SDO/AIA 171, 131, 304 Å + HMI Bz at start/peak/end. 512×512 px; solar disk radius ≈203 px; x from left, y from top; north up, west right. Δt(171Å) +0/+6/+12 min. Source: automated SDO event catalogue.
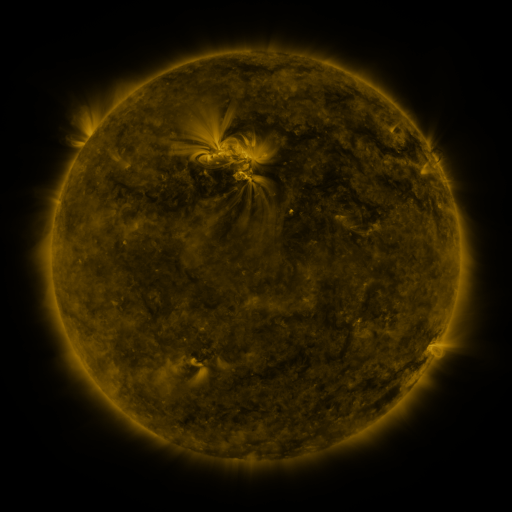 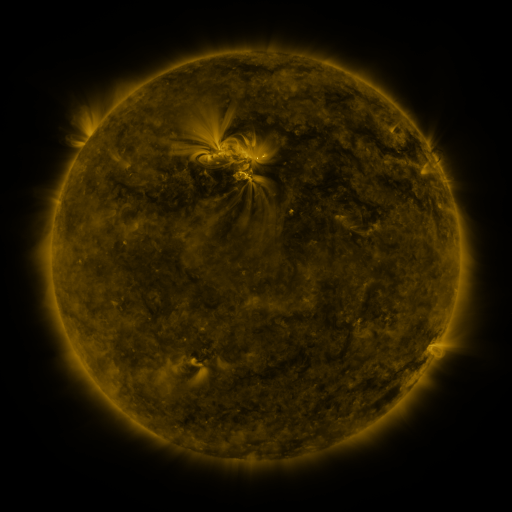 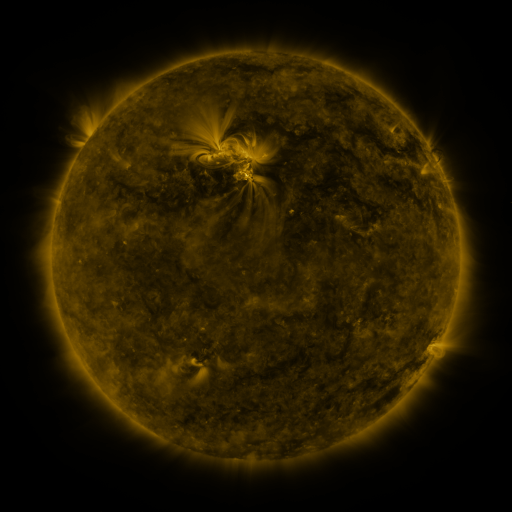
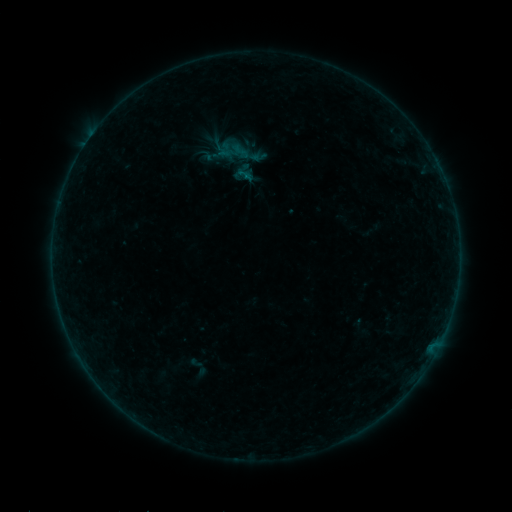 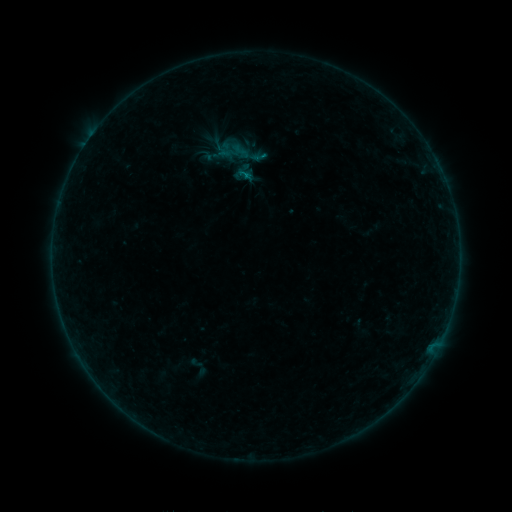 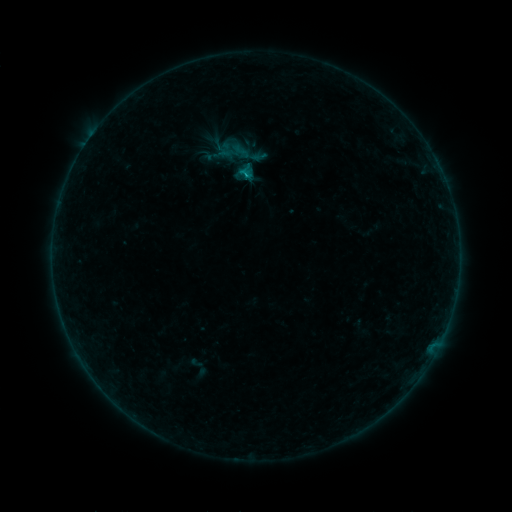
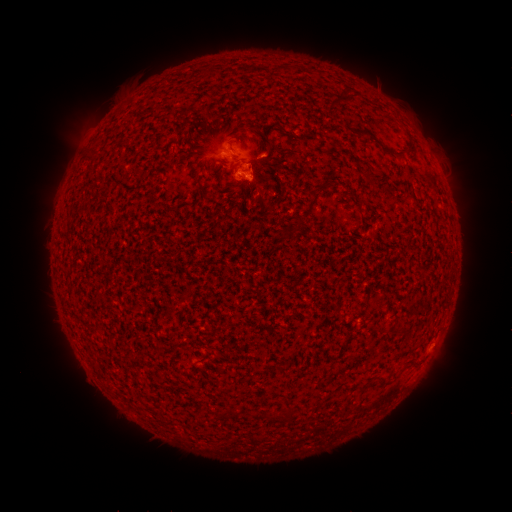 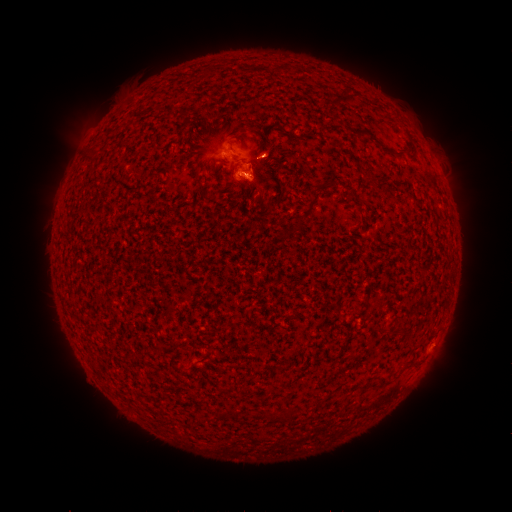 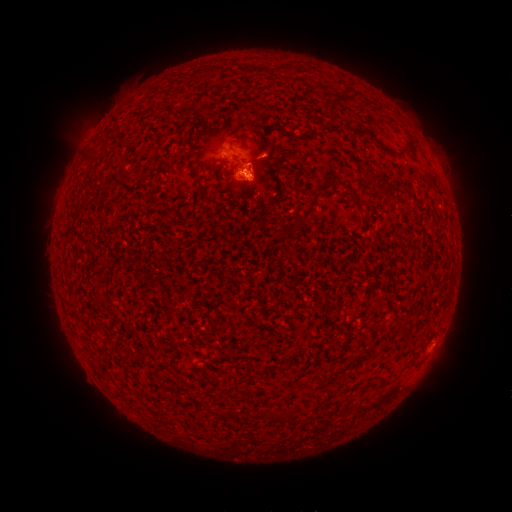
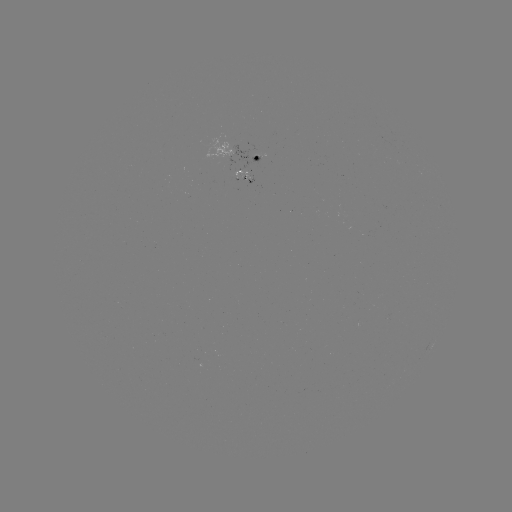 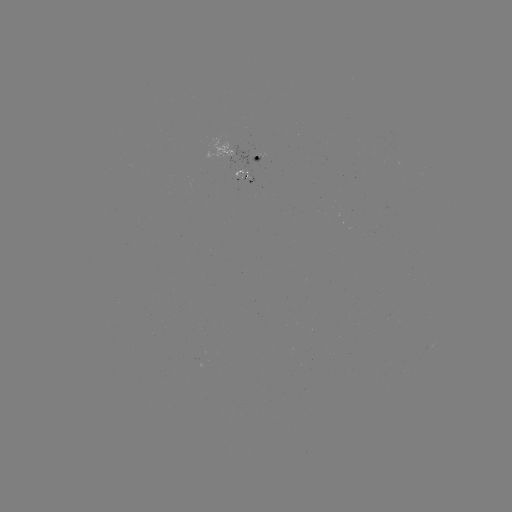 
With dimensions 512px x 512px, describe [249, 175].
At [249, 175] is B4.5 flare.